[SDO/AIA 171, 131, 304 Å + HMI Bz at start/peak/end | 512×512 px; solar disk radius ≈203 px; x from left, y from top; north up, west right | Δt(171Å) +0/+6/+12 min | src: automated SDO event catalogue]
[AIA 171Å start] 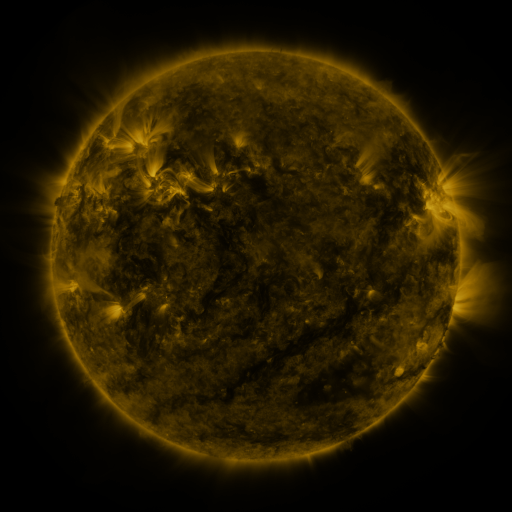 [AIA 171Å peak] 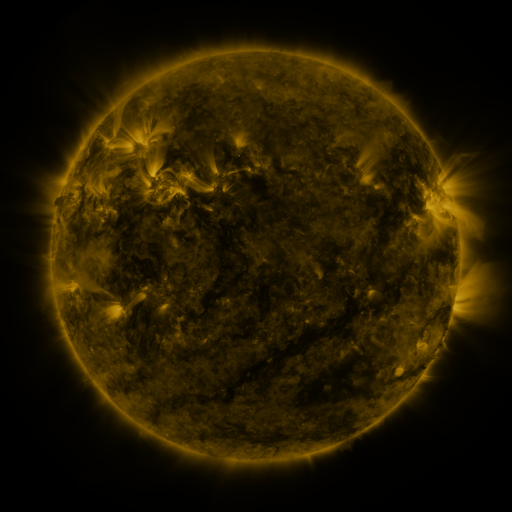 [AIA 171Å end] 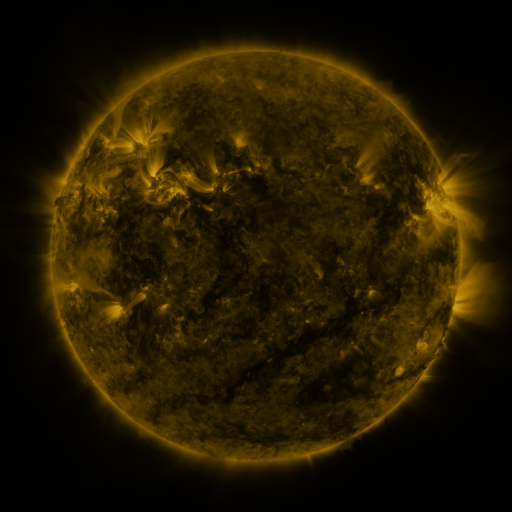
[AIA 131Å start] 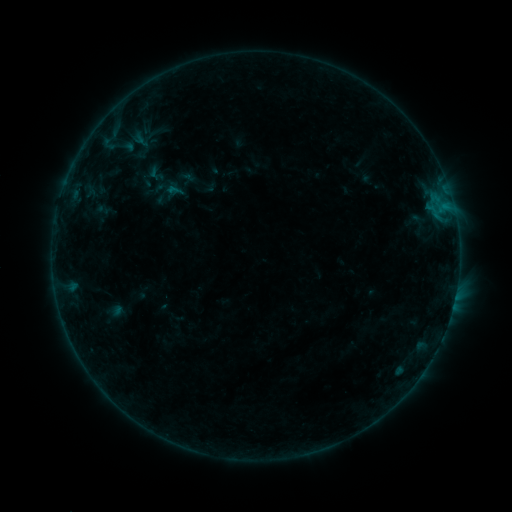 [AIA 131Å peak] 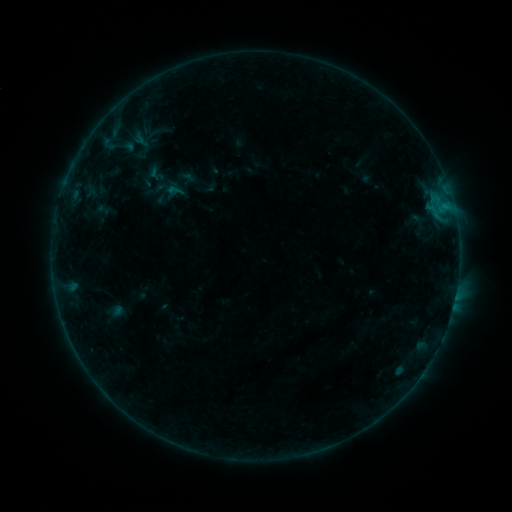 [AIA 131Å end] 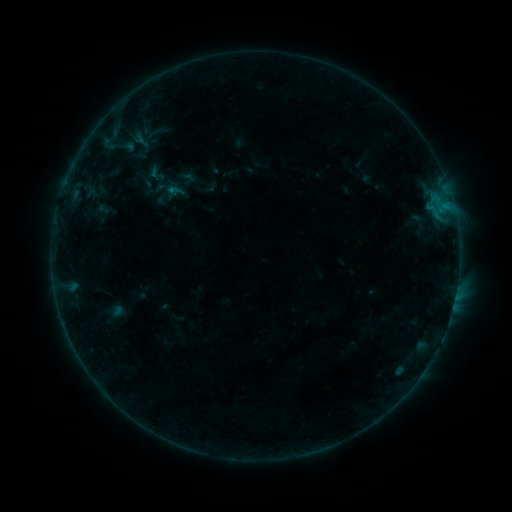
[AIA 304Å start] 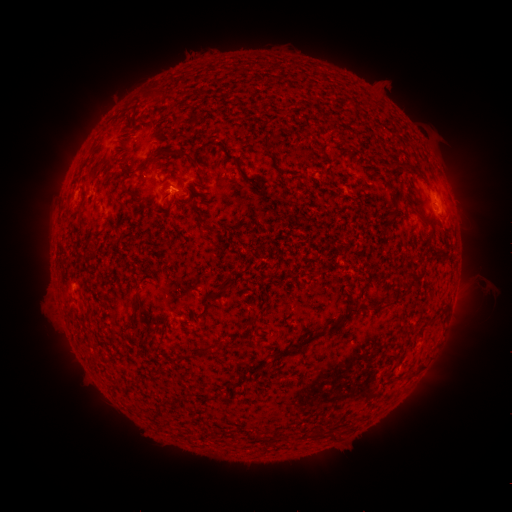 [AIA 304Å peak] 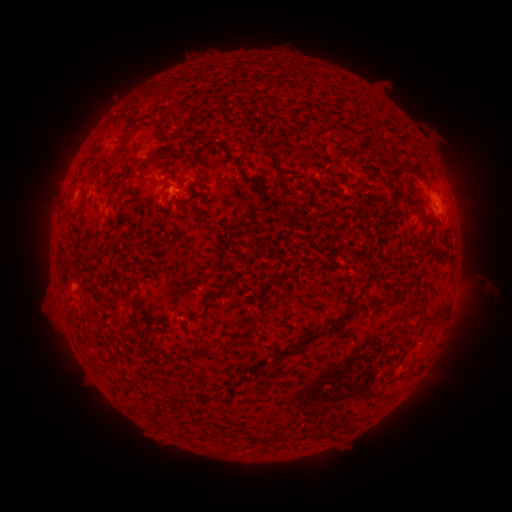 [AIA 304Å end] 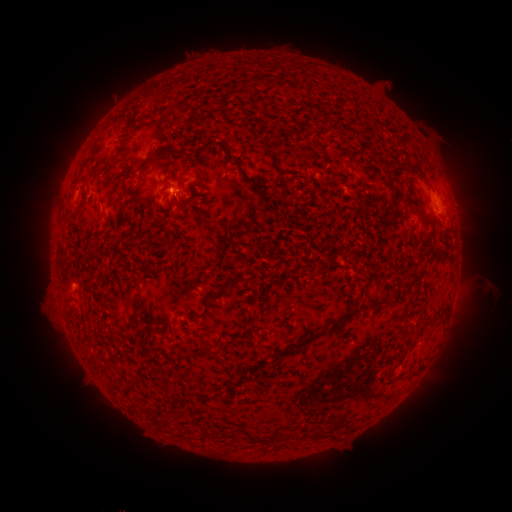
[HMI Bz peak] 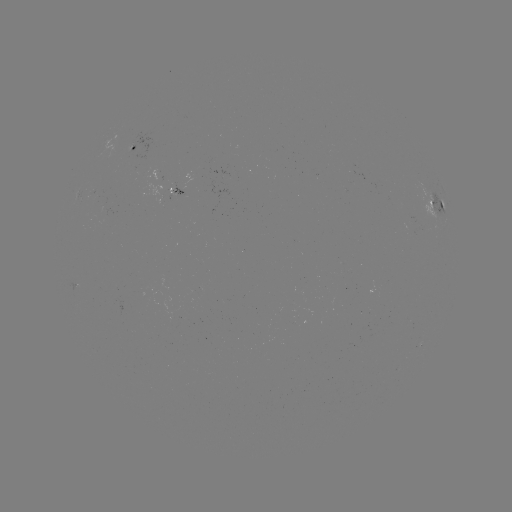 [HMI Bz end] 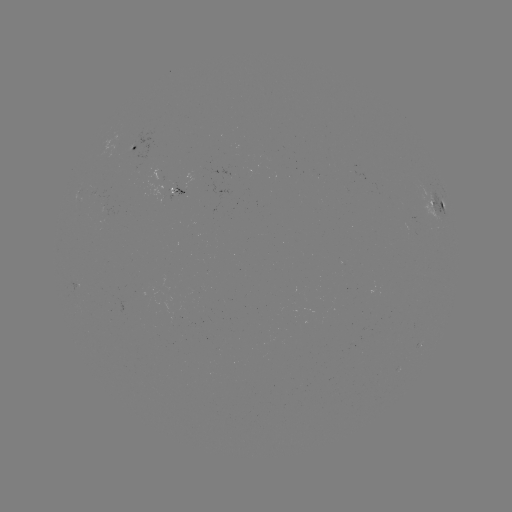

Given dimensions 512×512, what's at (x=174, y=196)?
B2.3 flare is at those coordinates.